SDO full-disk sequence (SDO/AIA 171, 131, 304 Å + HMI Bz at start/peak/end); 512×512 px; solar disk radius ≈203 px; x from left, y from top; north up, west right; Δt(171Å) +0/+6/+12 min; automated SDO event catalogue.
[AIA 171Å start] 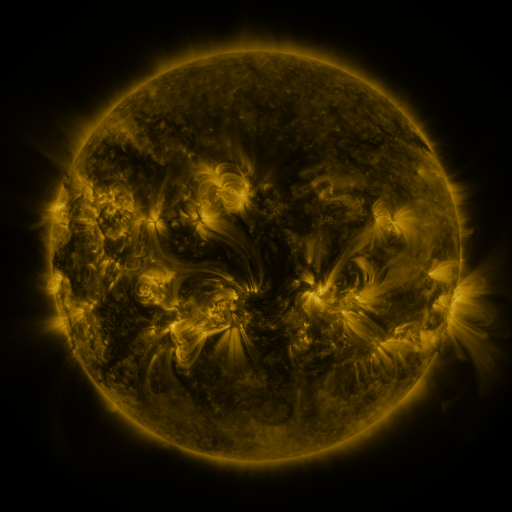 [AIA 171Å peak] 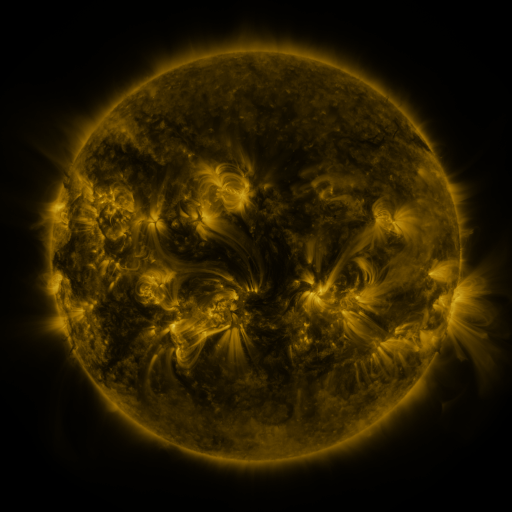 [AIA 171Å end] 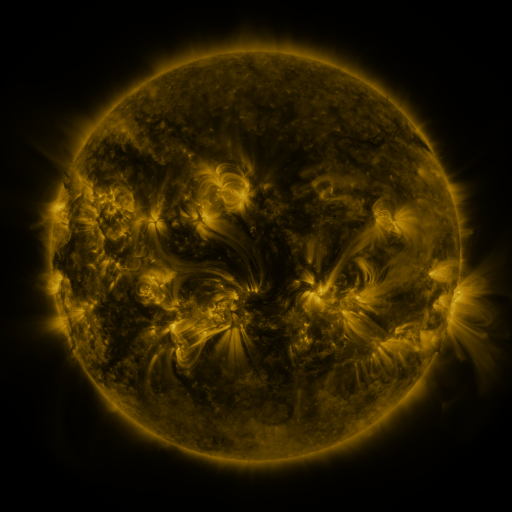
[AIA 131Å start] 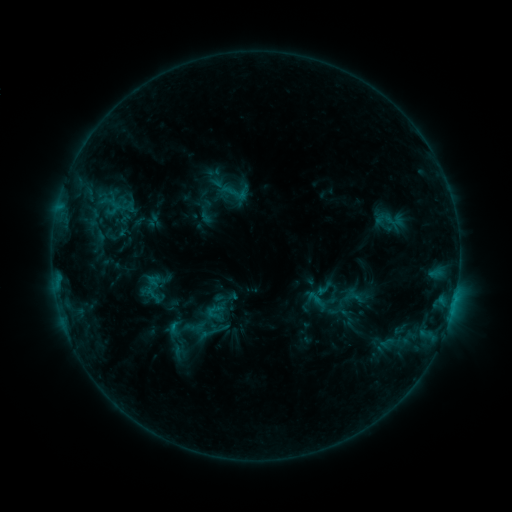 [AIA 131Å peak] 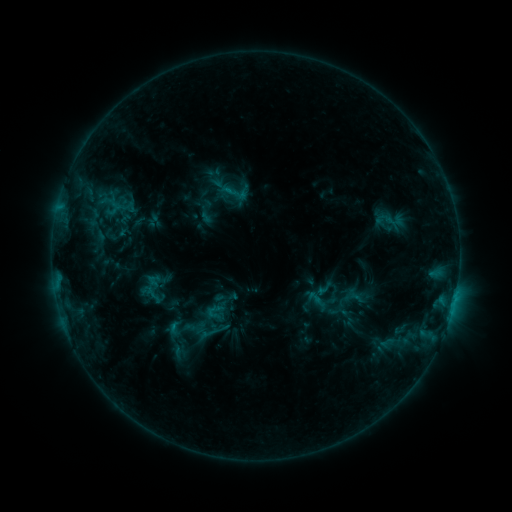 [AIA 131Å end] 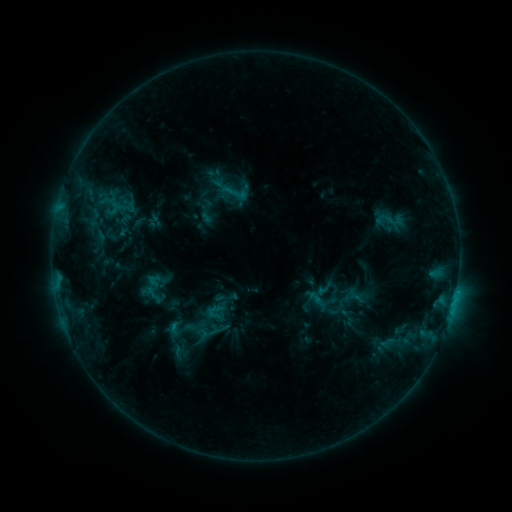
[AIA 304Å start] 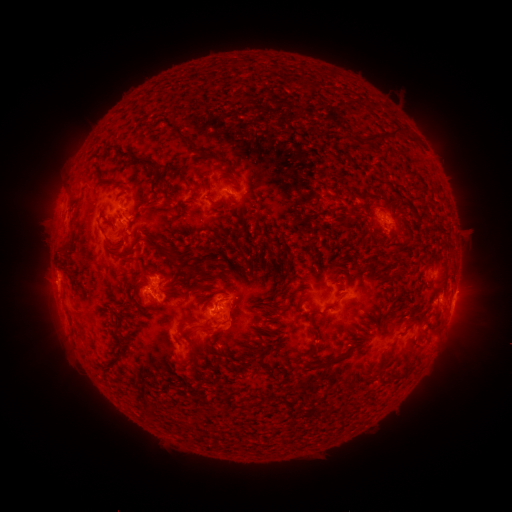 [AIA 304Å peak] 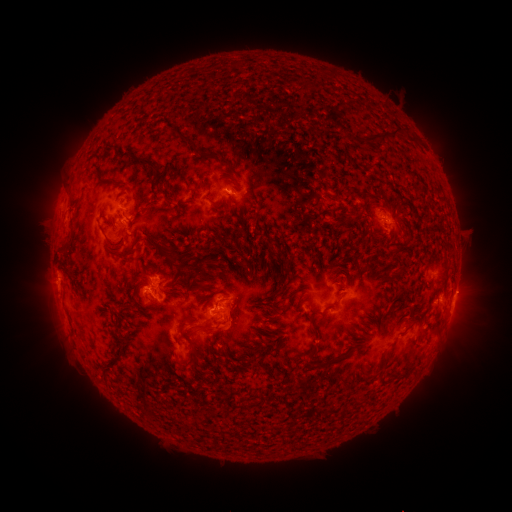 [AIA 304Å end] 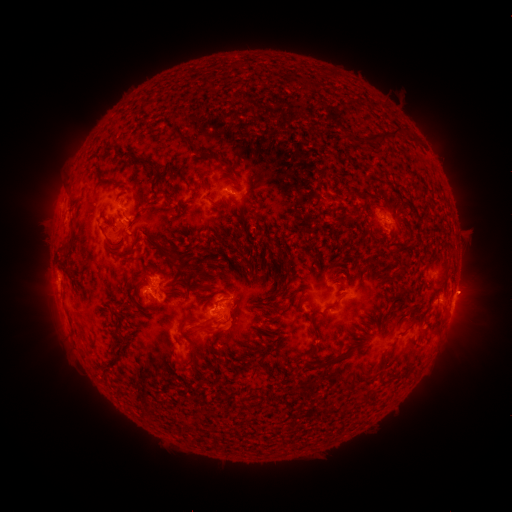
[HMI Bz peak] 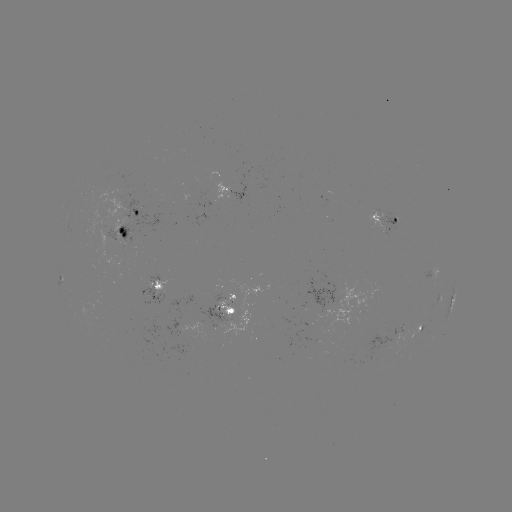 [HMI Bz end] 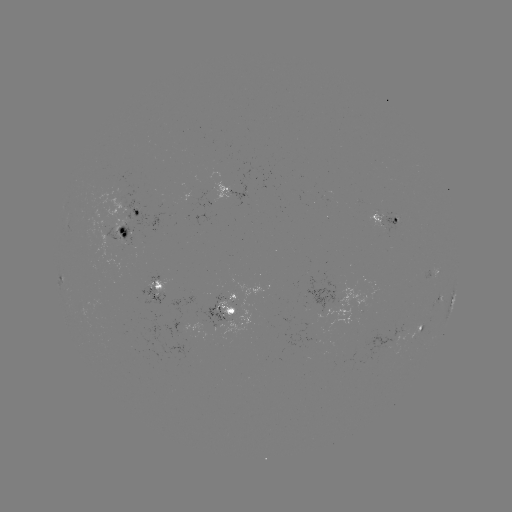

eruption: (448, 269, 496, 314)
